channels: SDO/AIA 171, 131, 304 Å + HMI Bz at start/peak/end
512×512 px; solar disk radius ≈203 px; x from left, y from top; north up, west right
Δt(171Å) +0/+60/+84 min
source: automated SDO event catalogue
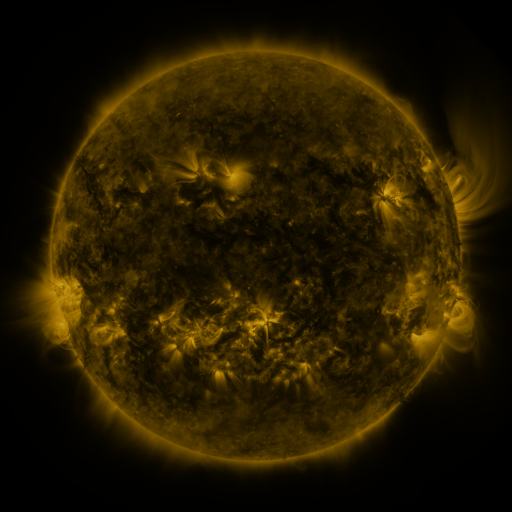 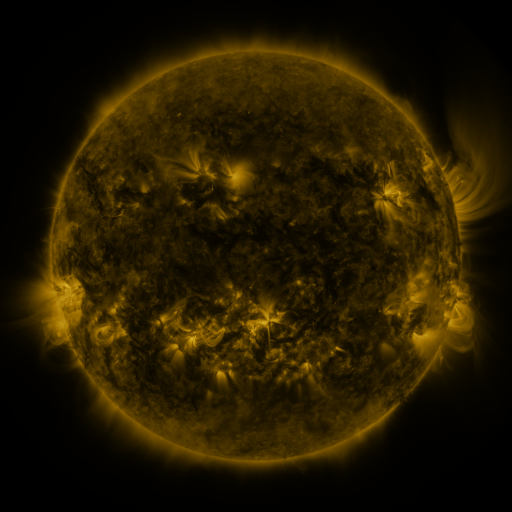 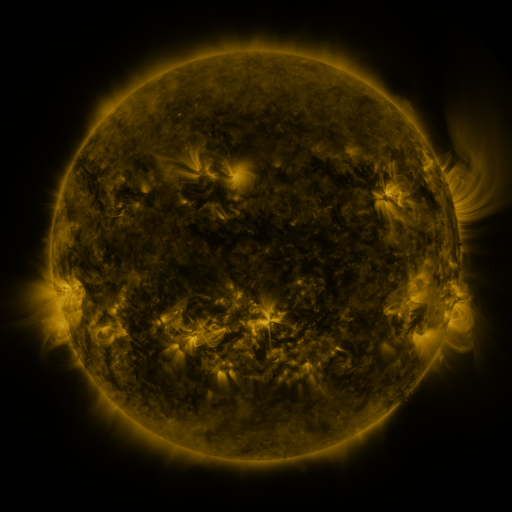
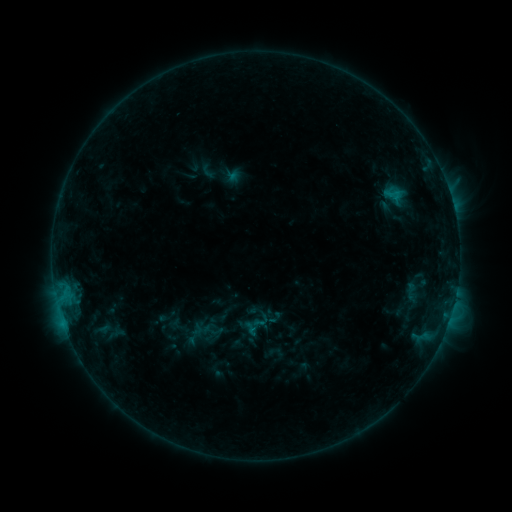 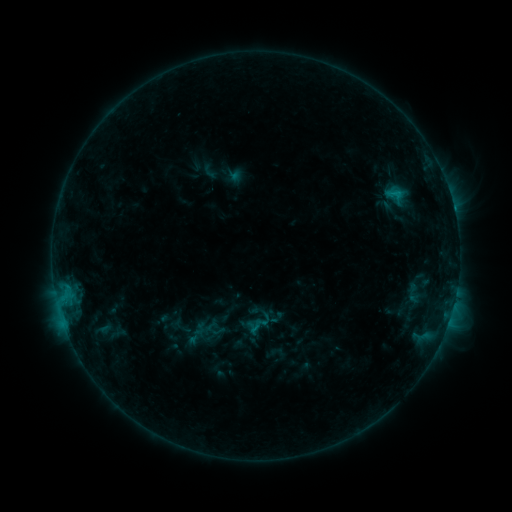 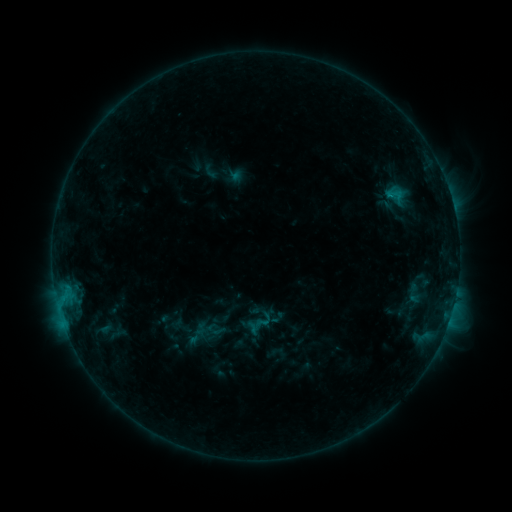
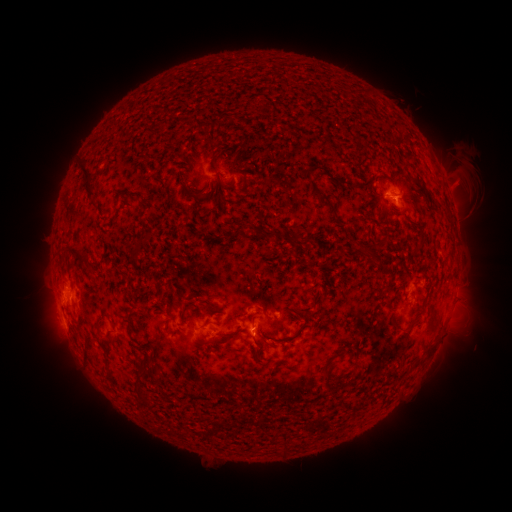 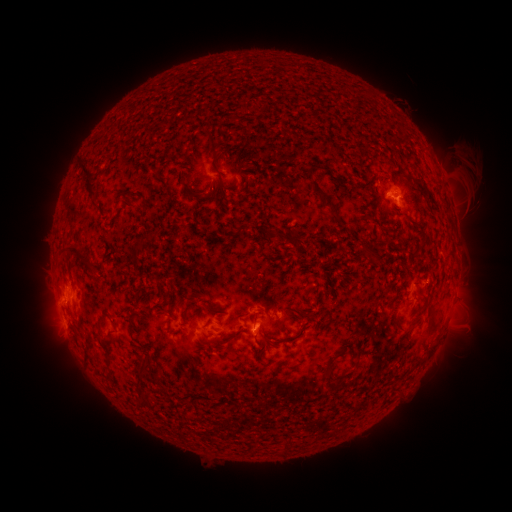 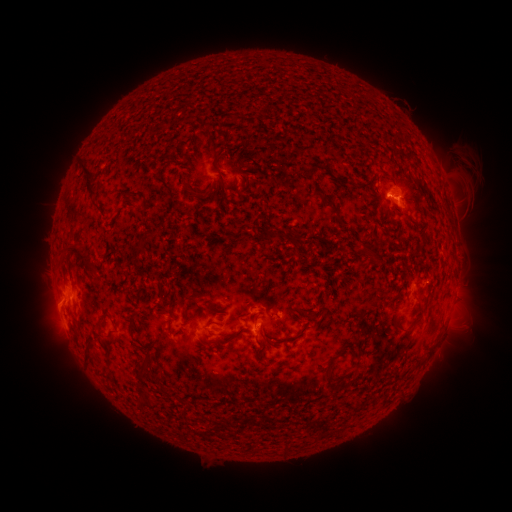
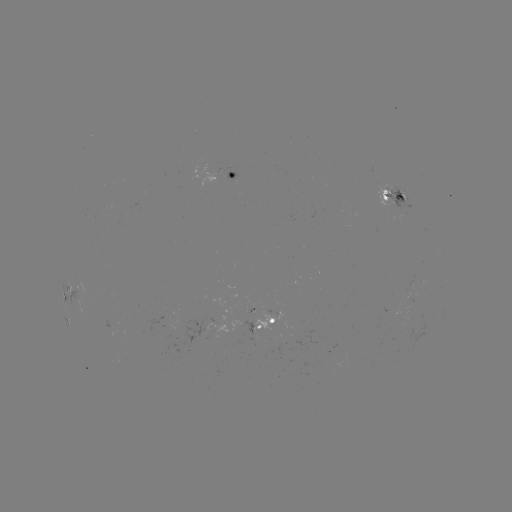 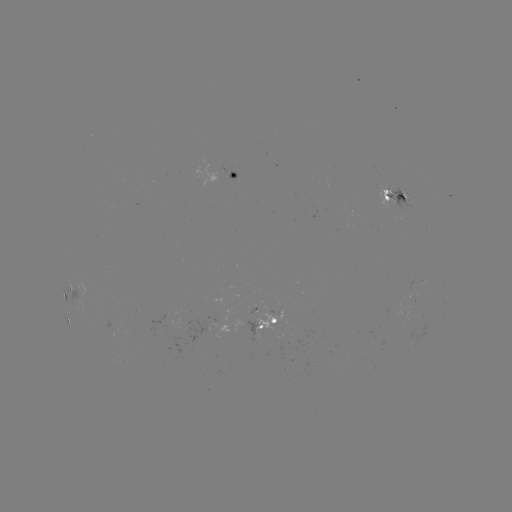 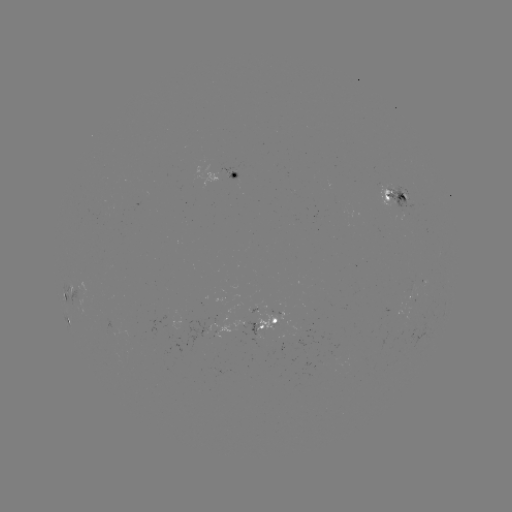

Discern emerging-flux region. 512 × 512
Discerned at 117,327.